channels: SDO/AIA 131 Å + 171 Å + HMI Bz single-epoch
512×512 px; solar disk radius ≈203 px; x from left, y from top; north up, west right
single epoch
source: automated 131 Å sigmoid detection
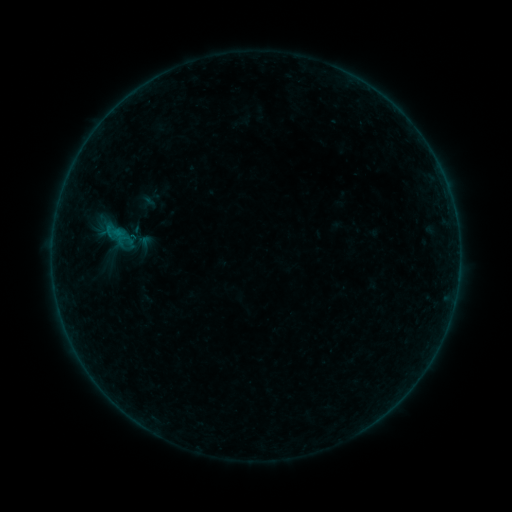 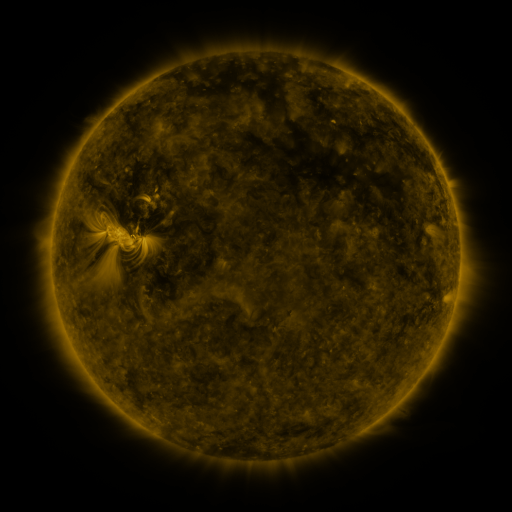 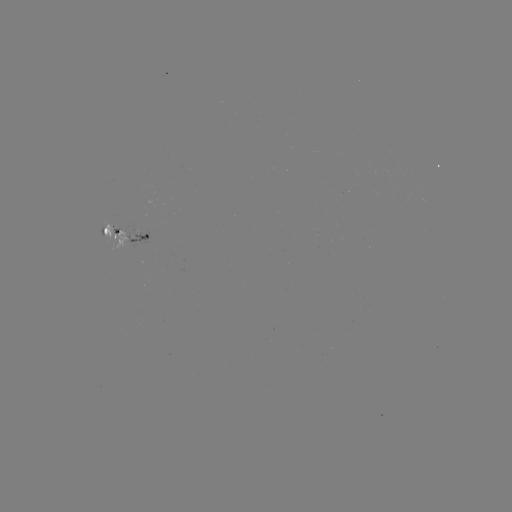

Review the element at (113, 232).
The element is sigmoid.